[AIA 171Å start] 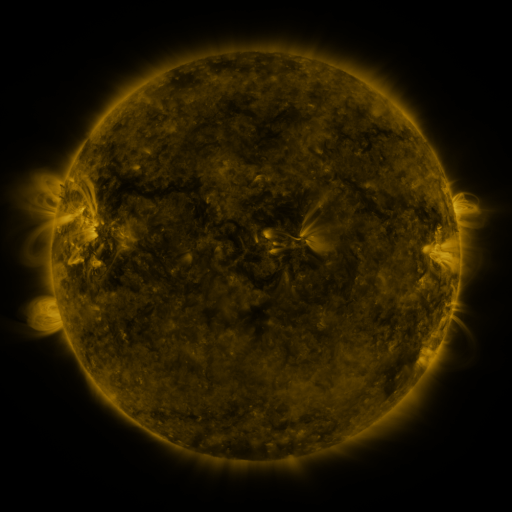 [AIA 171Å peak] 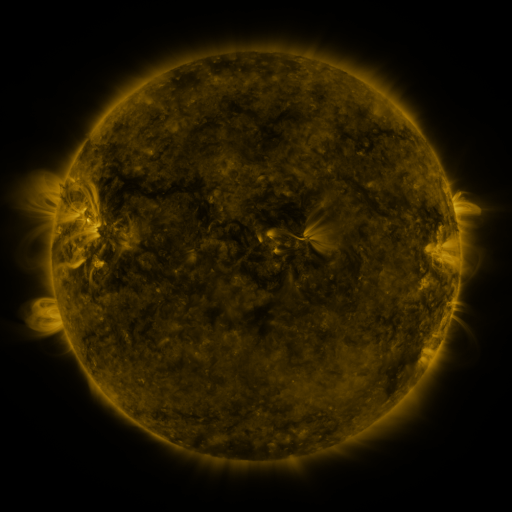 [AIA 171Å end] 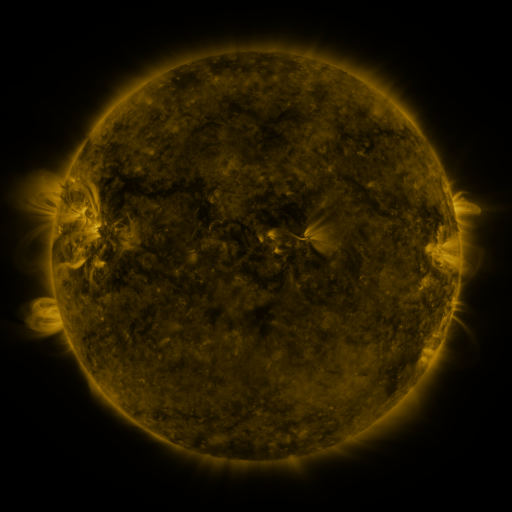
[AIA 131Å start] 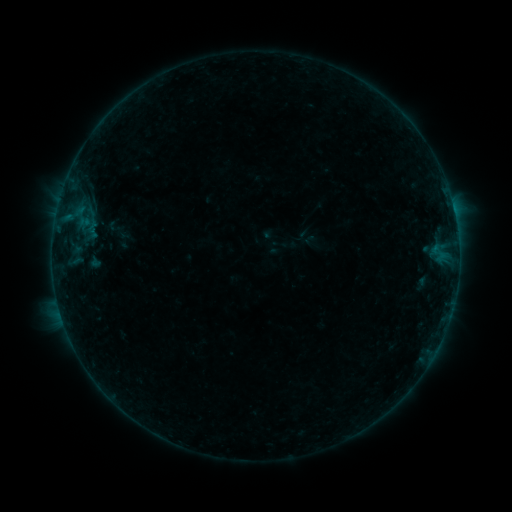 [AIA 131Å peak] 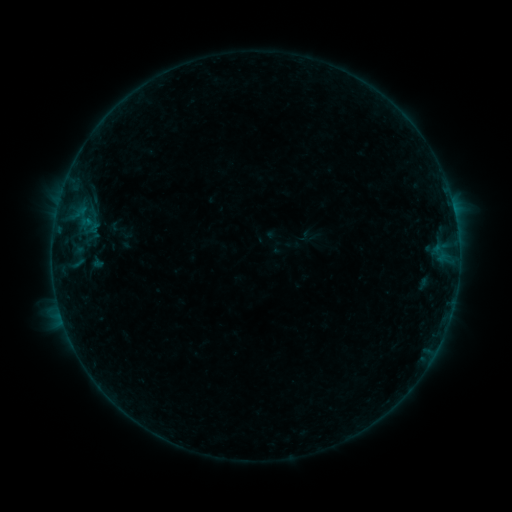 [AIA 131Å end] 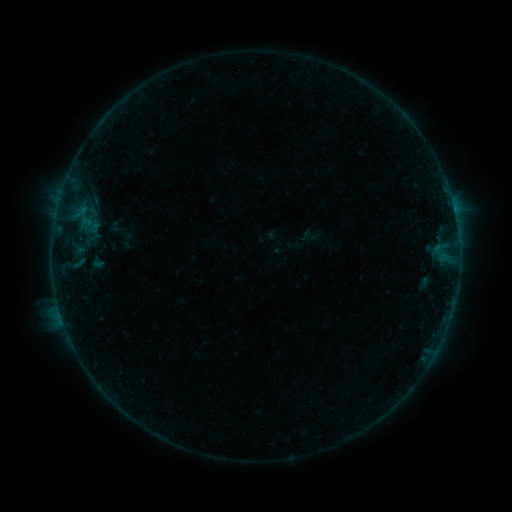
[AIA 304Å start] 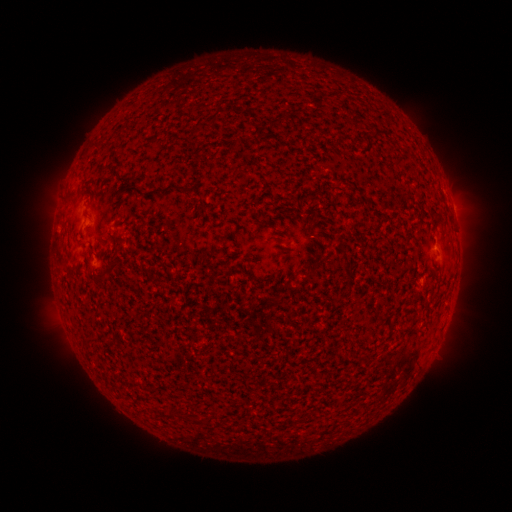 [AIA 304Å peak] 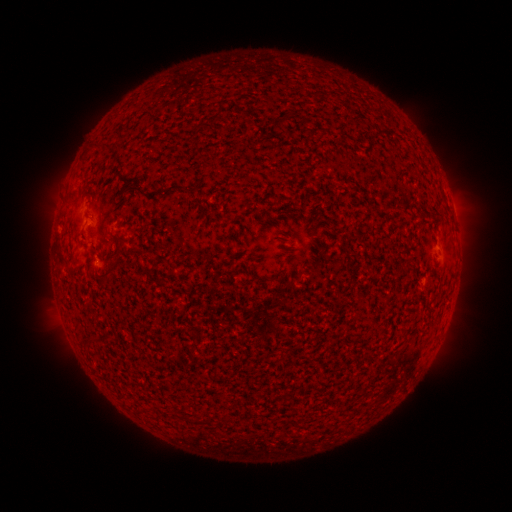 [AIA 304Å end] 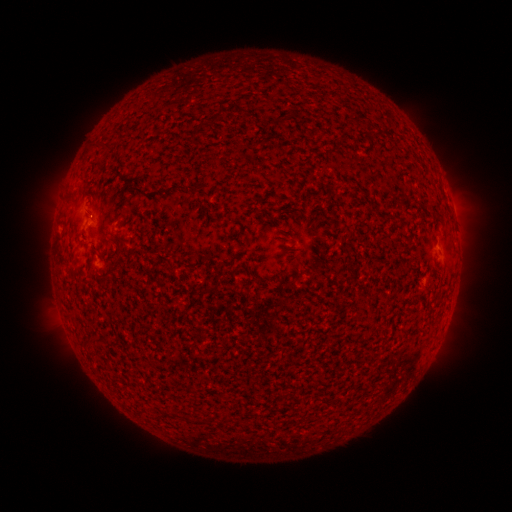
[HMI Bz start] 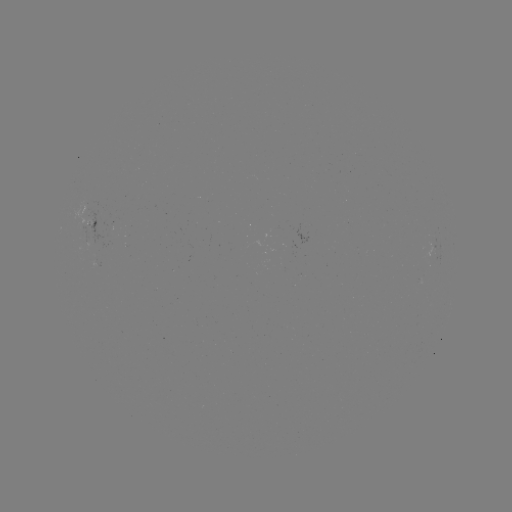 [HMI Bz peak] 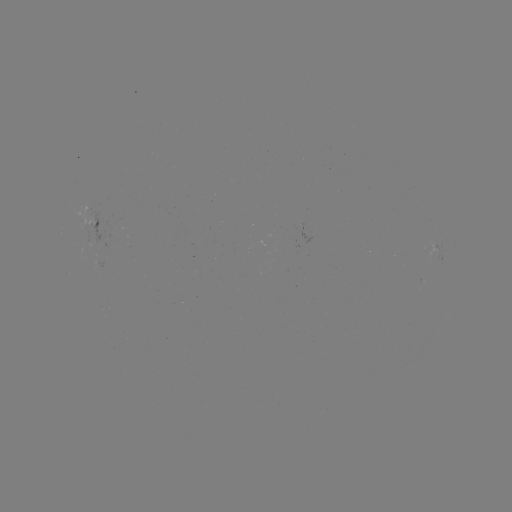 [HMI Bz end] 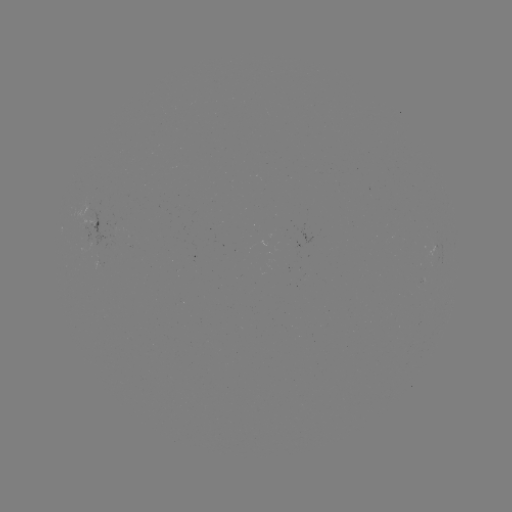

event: emerging-flux region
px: (93, 205)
